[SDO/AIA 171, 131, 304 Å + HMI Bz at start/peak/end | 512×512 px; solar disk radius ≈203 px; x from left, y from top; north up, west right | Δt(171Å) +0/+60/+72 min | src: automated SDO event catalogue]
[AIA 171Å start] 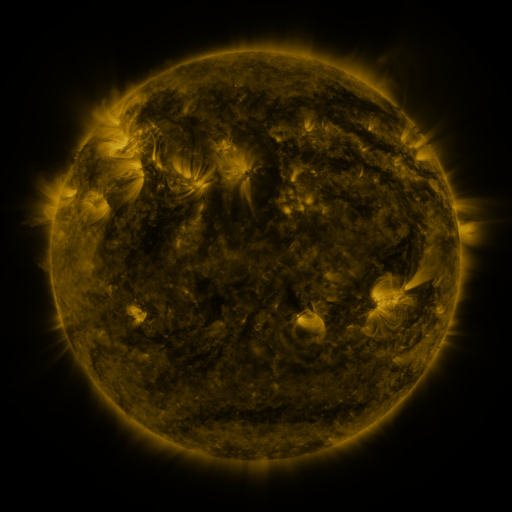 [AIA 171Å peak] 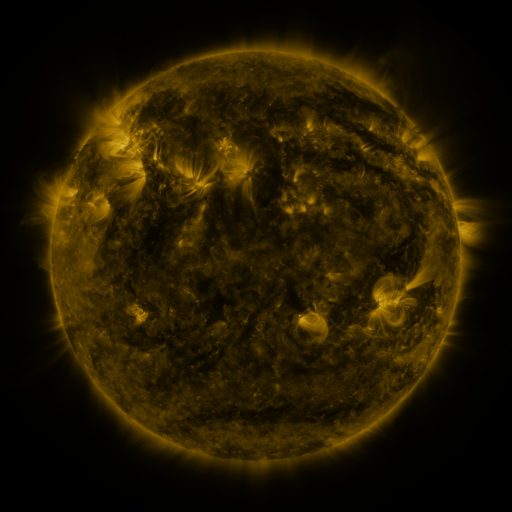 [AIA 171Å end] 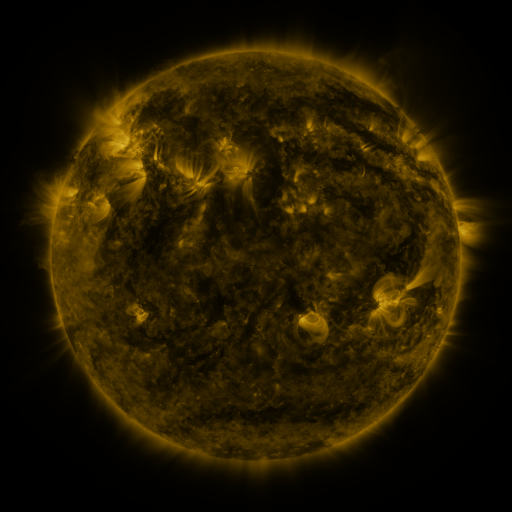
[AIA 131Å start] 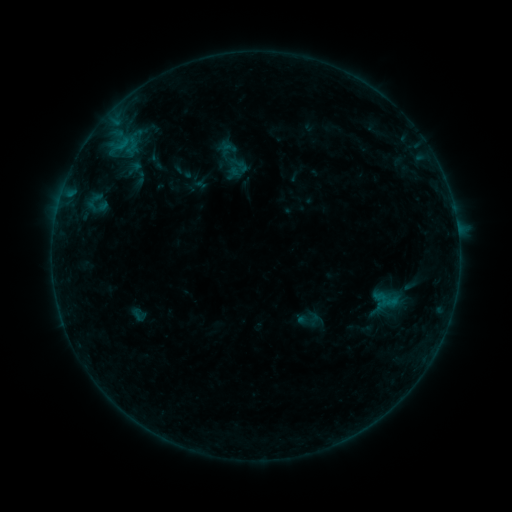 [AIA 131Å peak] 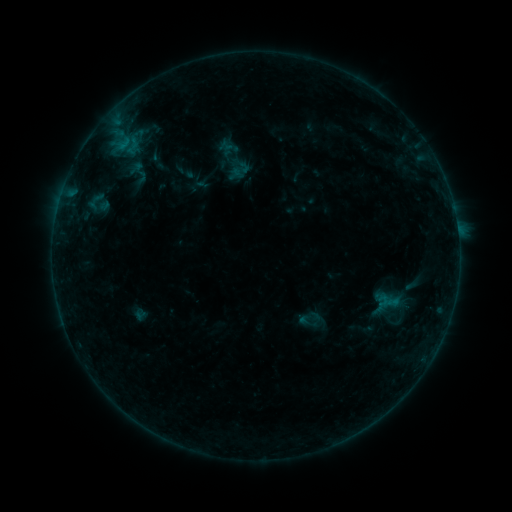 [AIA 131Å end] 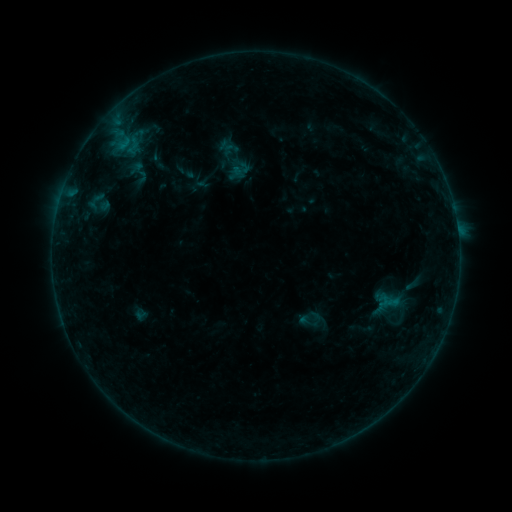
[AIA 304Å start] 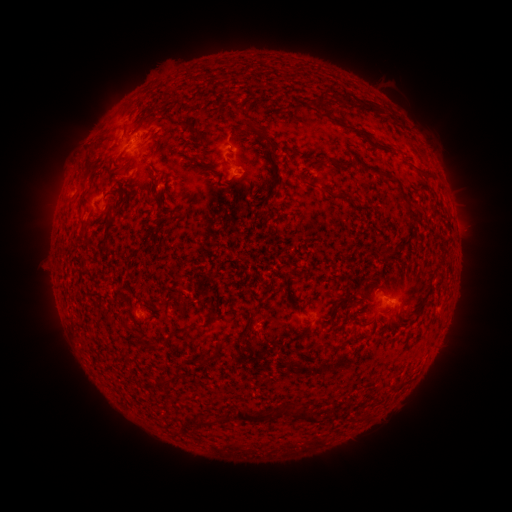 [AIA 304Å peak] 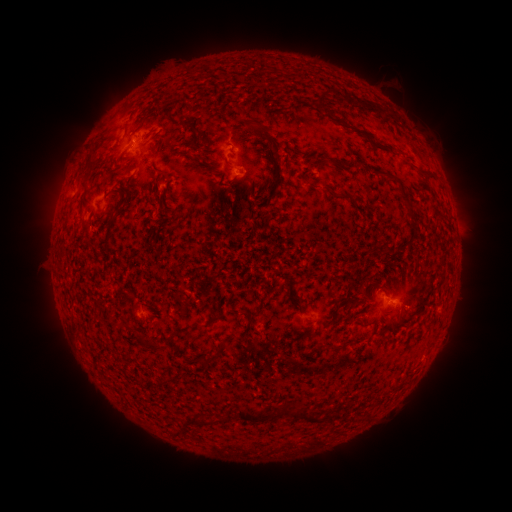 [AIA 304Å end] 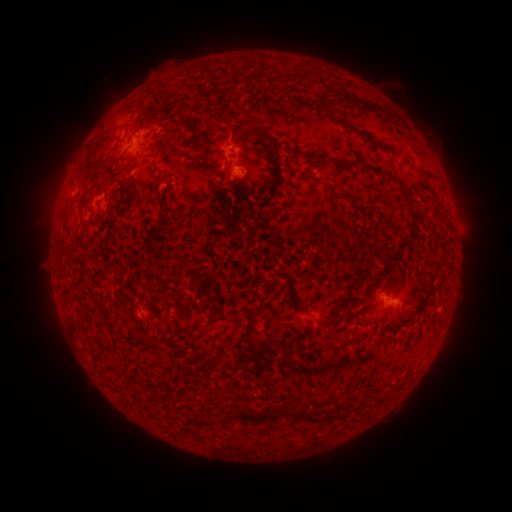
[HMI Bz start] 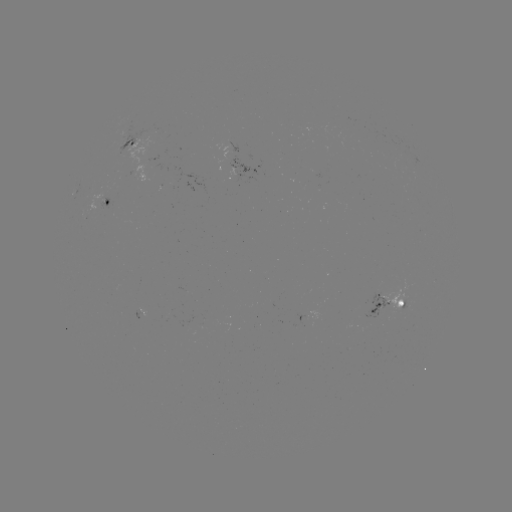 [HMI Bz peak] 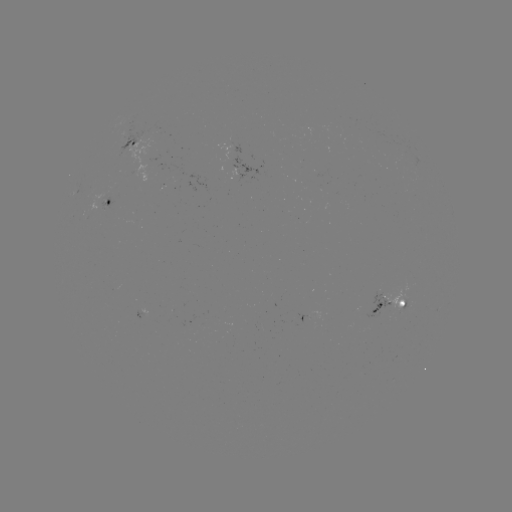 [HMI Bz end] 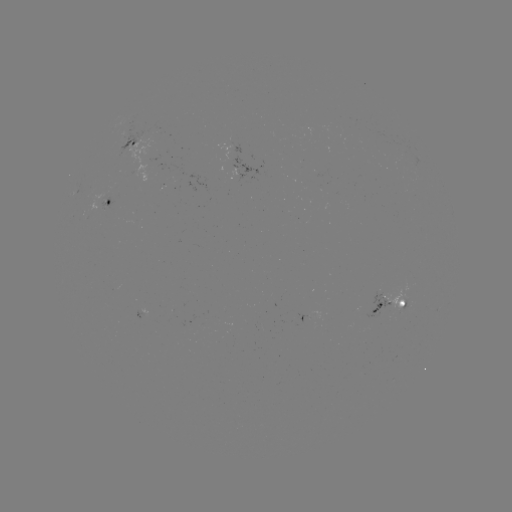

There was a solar emerging-flux region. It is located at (403, 302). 